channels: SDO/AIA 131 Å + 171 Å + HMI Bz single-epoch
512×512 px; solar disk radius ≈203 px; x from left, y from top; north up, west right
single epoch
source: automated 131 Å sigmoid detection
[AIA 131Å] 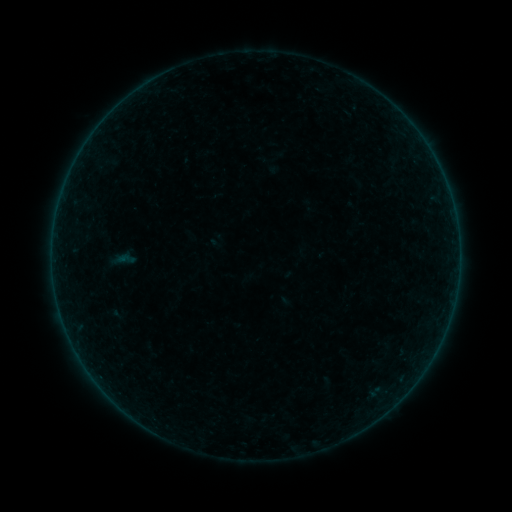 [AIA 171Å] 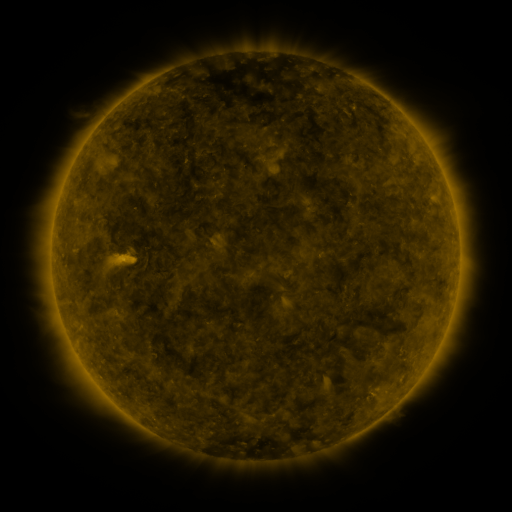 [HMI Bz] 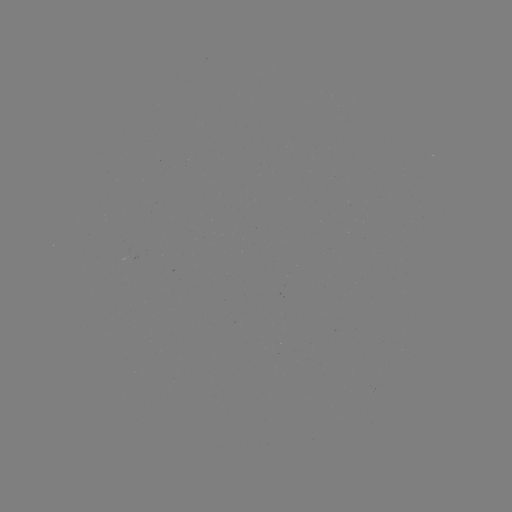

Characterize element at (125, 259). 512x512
sigmoid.